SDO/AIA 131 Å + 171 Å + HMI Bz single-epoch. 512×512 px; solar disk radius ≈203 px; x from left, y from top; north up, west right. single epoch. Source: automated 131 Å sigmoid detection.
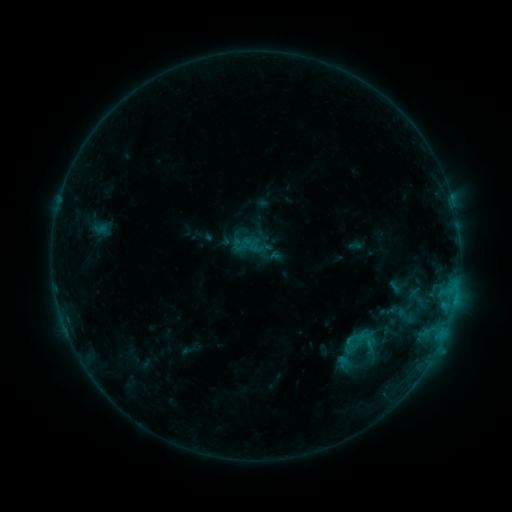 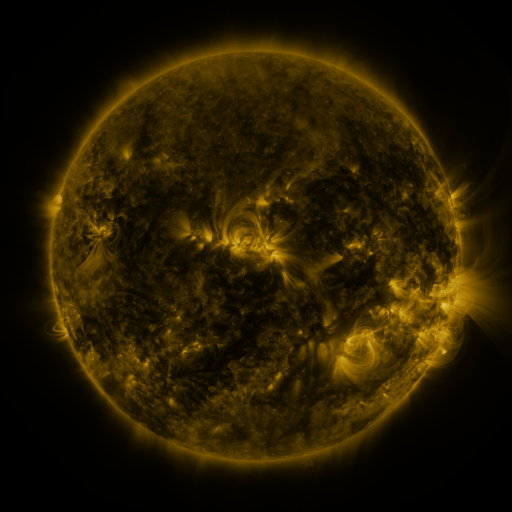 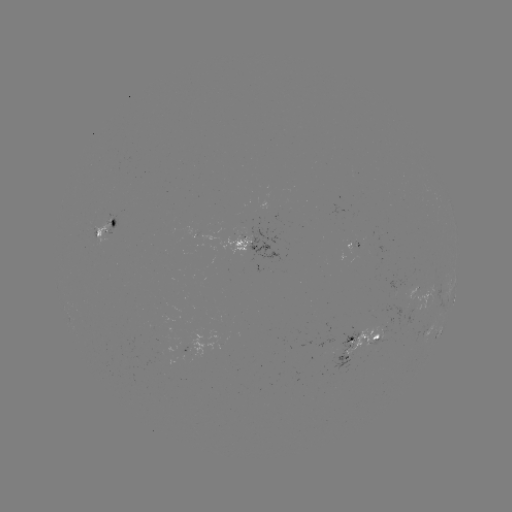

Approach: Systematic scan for sigmoid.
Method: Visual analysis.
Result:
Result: sigmoid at [358, 350].